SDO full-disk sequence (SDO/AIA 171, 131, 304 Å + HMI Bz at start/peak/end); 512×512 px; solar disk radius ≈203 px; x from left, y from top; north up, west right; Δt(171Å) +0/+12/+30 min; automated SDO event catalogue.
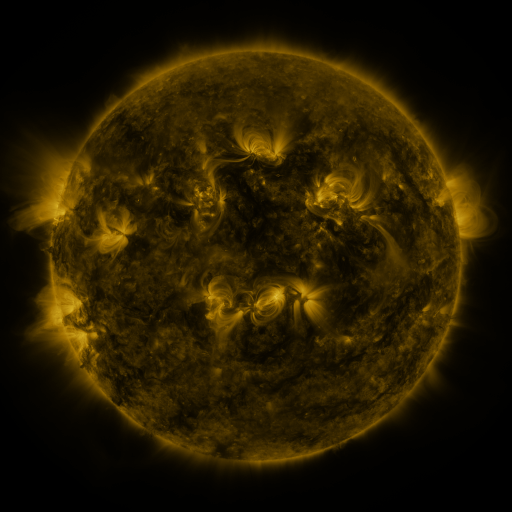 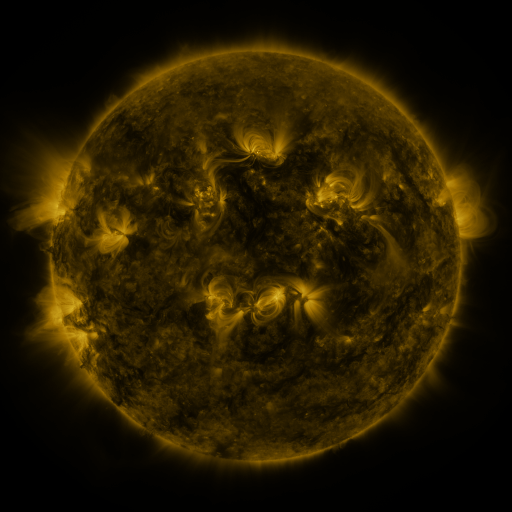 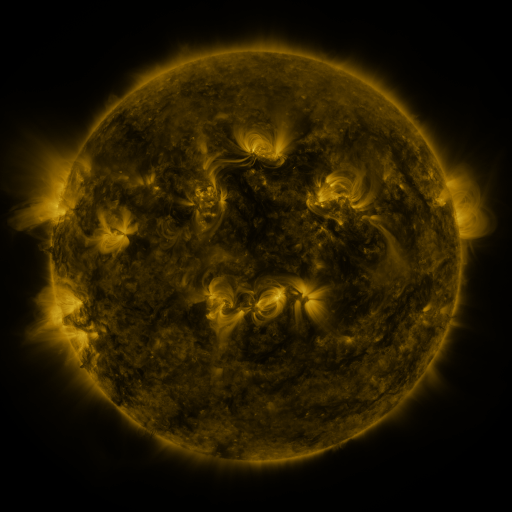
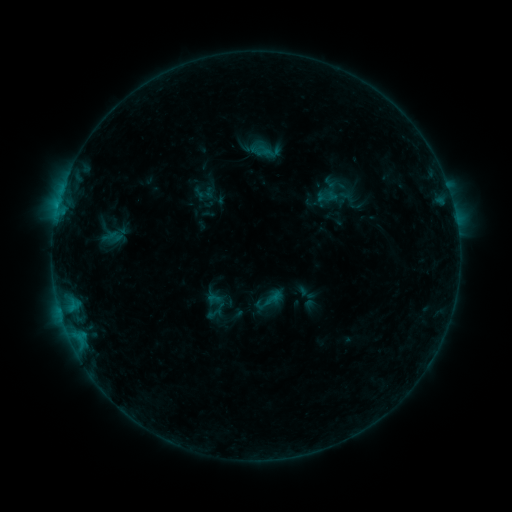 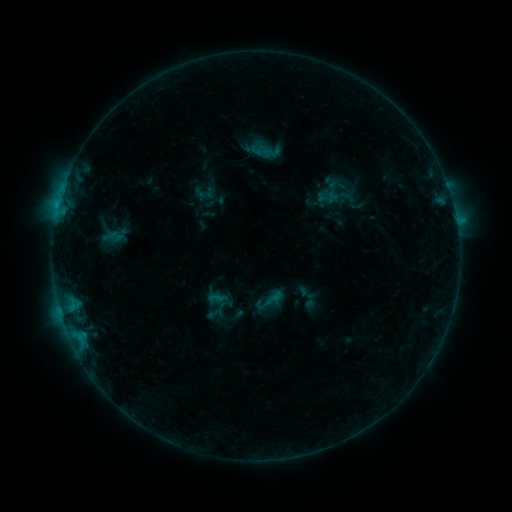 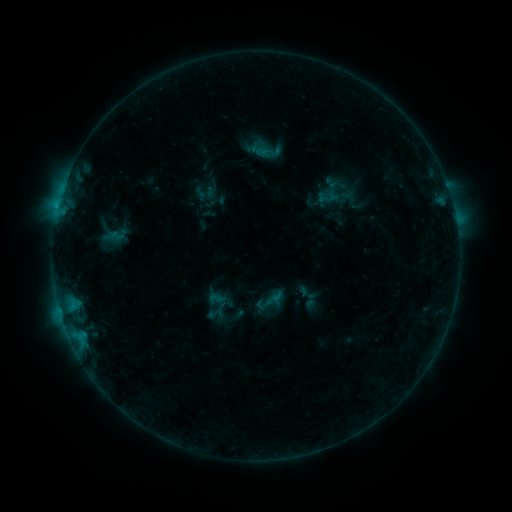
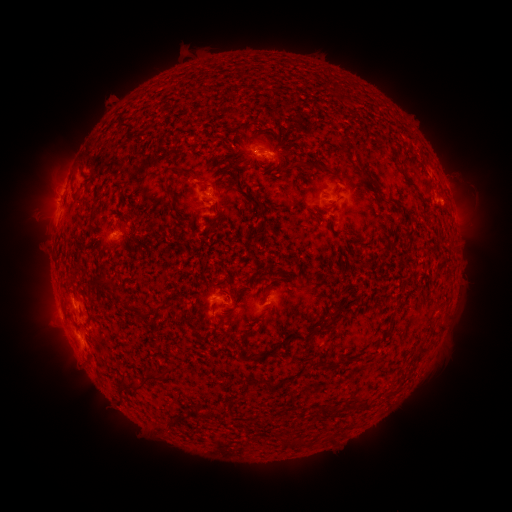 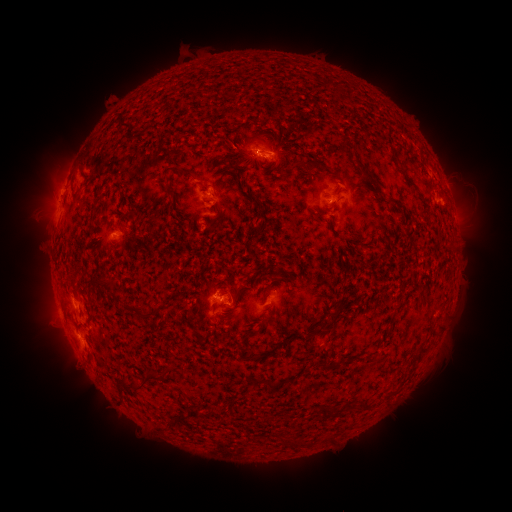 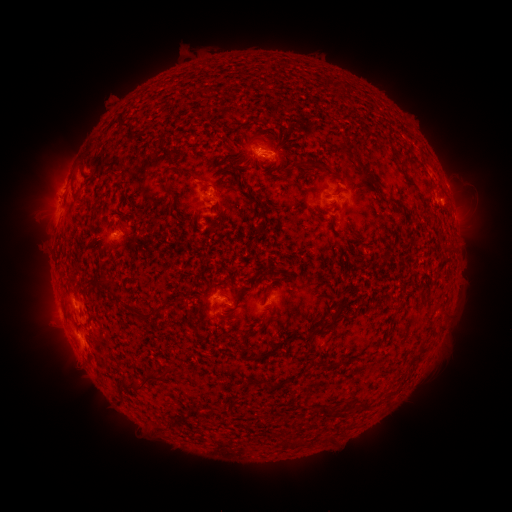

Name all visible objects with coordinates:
B5.2 flare: (456, 224)
